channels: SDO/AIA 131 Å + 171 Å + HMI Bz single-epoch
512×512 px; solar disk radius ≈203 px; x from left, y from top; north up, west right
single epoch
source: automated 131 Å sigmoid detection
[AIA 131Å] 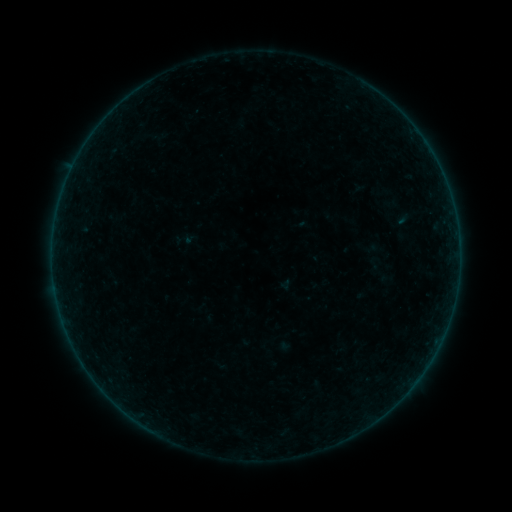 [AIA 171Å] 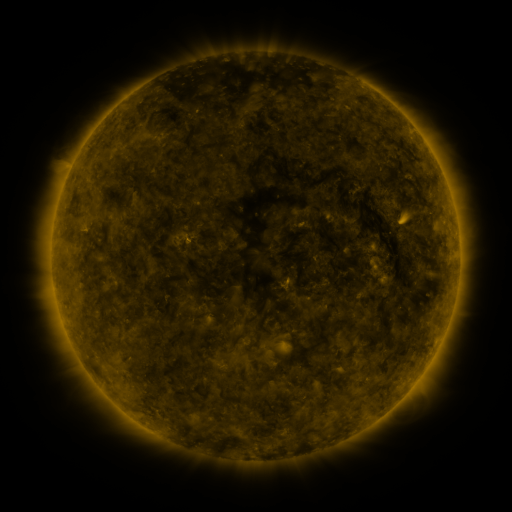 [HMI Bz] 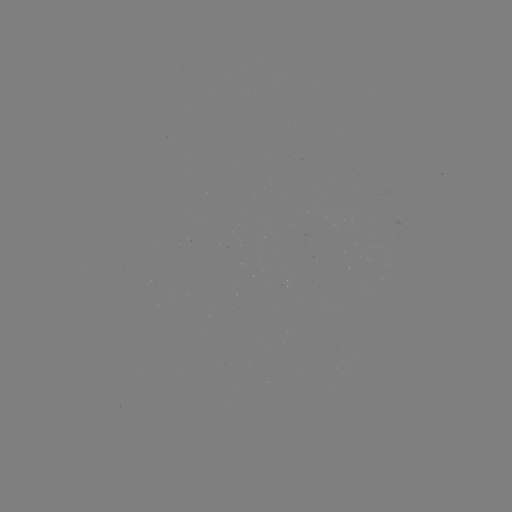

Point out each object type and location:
sigmoid: (375, 264)
